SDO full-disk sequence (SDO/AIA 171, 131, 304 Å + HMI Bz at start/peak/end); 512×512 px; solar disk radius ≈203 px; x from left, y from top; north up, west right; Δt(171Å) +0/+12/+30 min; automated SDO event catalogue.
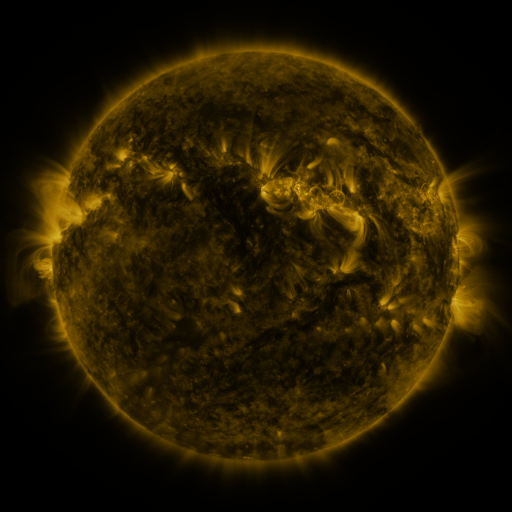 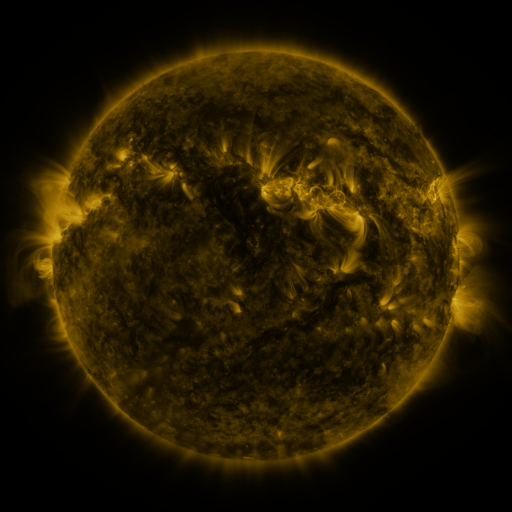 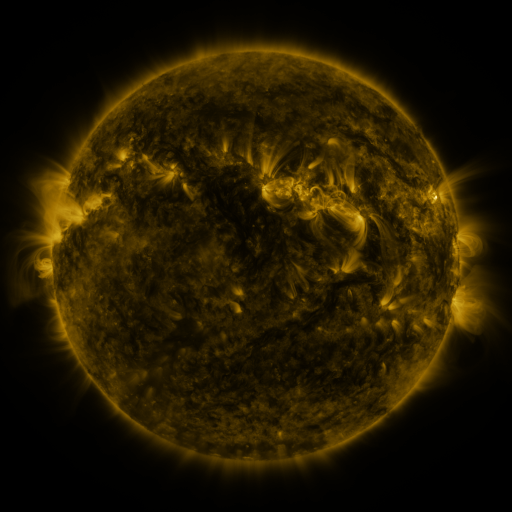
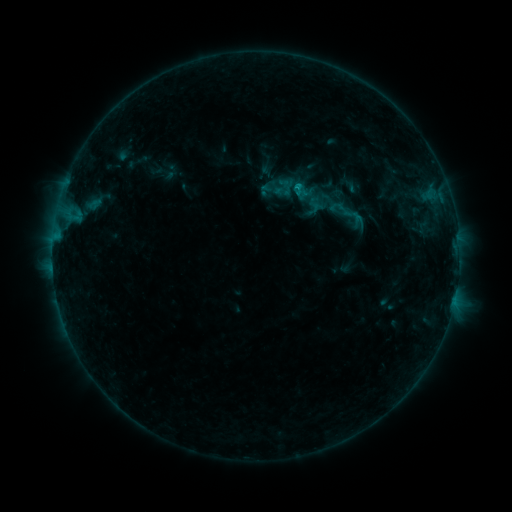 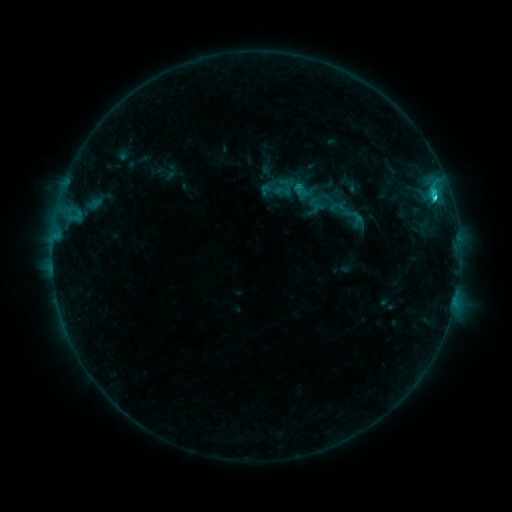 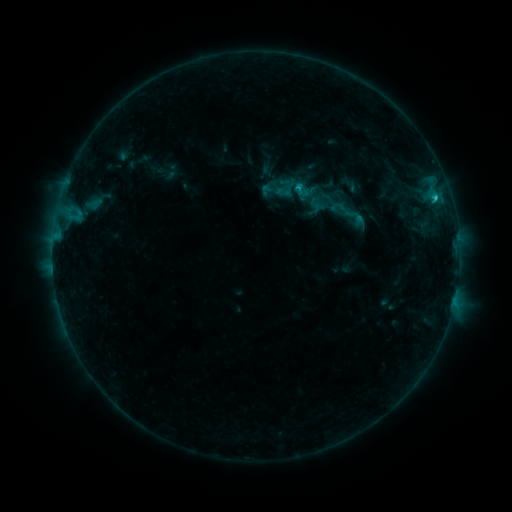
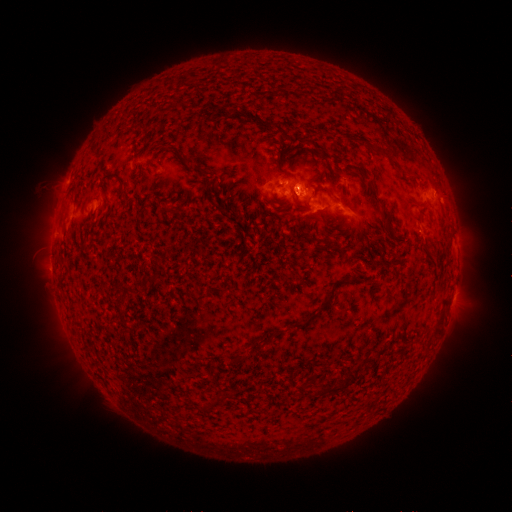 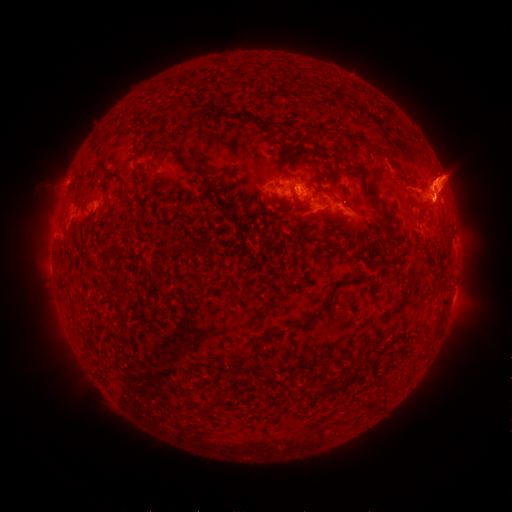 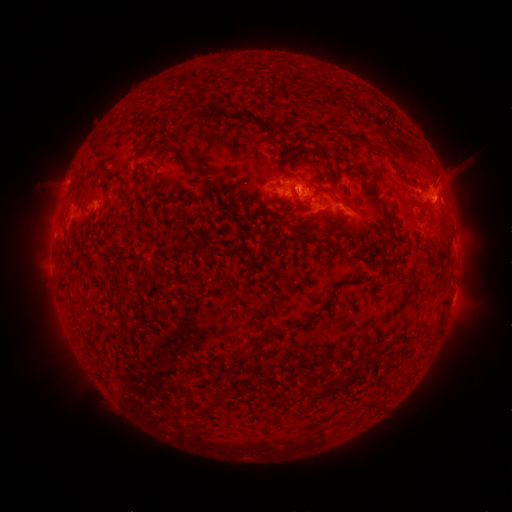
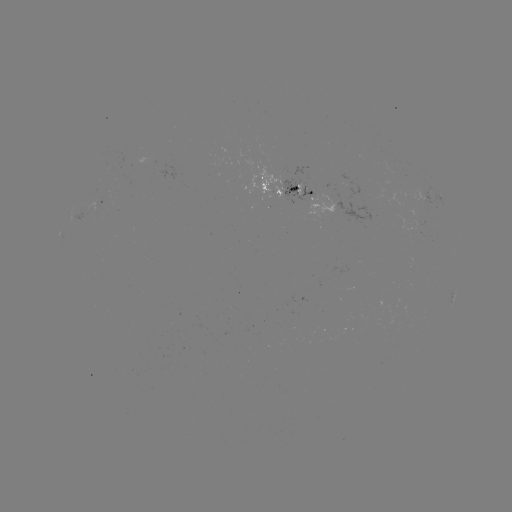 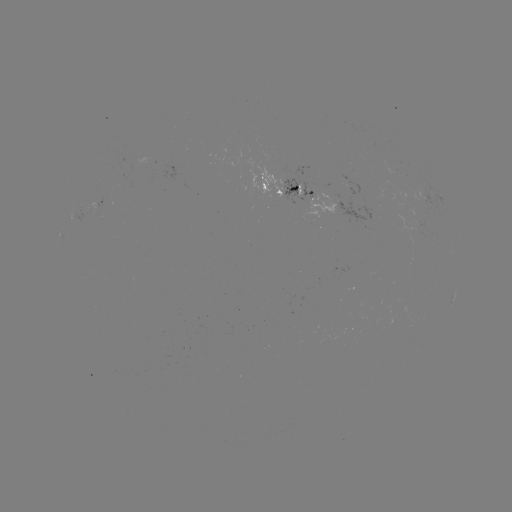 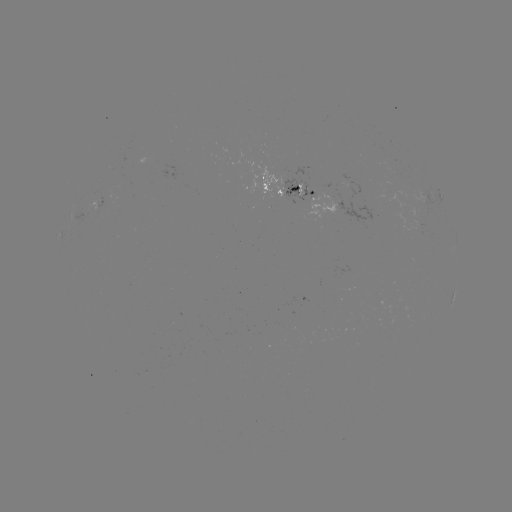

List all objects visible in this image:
C2.1 flare: (434, 200)
